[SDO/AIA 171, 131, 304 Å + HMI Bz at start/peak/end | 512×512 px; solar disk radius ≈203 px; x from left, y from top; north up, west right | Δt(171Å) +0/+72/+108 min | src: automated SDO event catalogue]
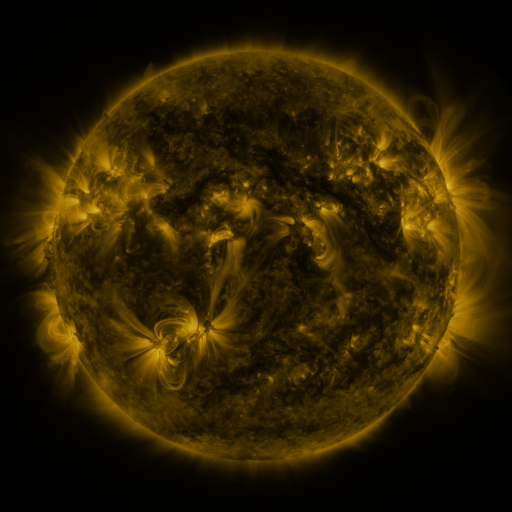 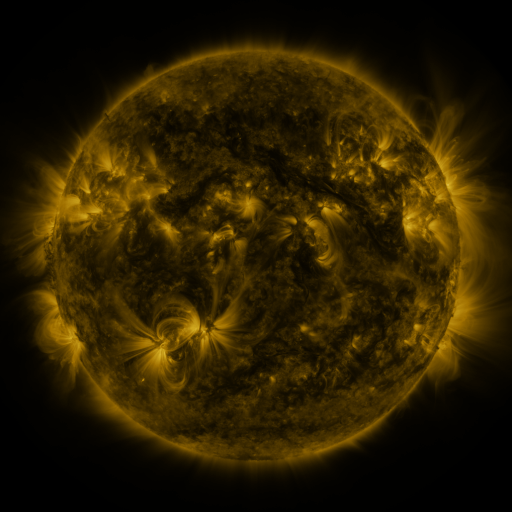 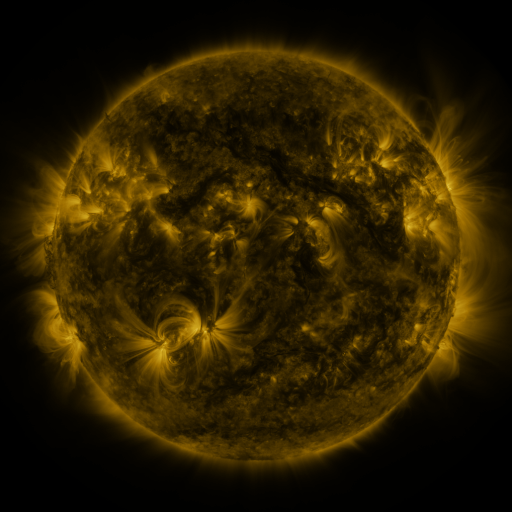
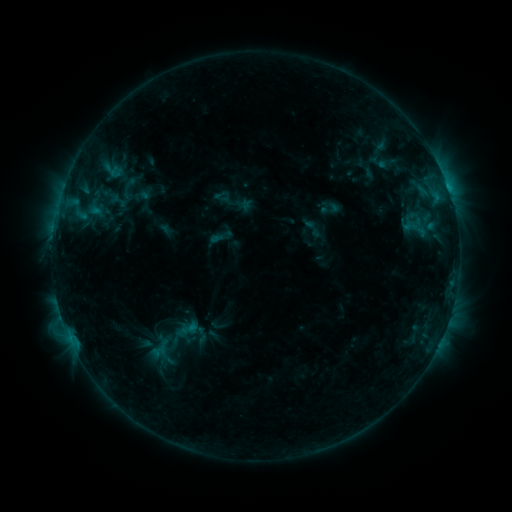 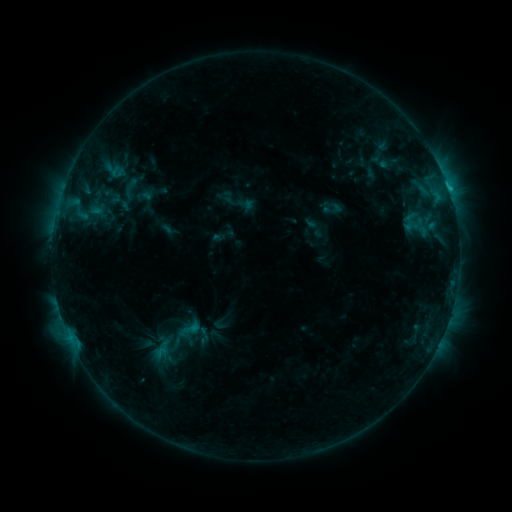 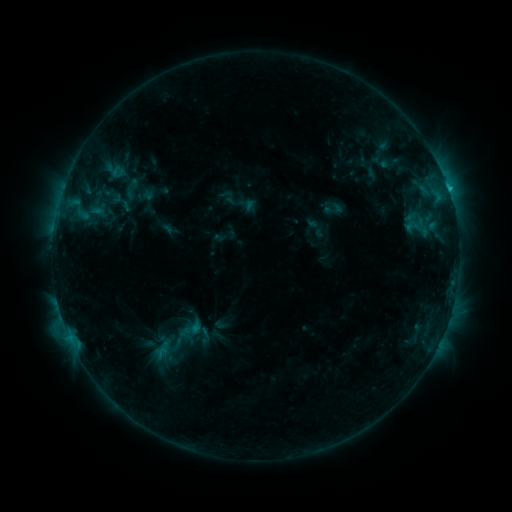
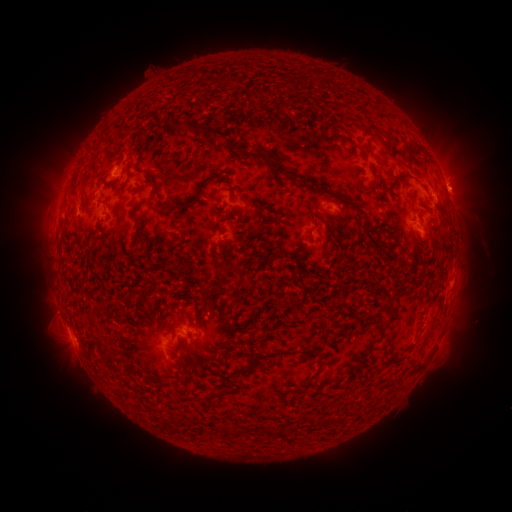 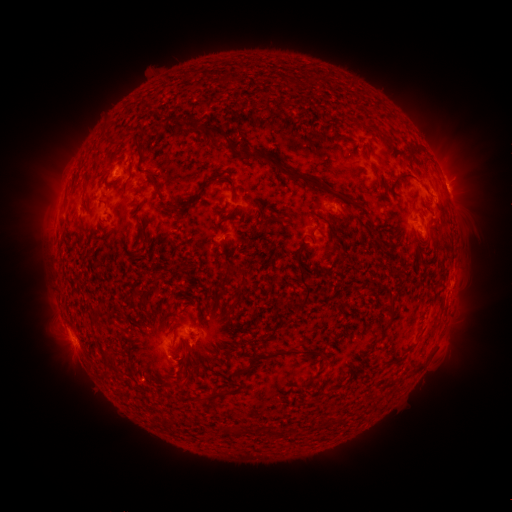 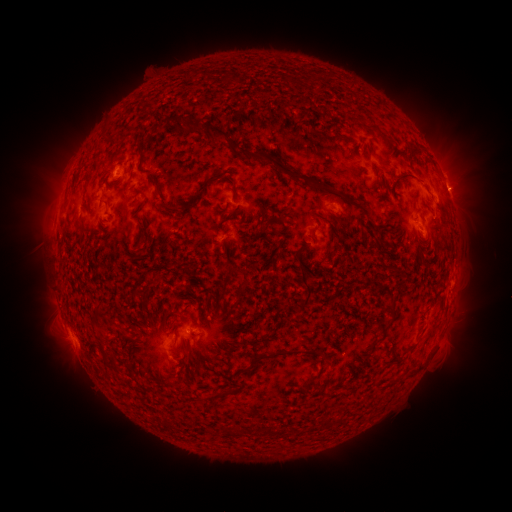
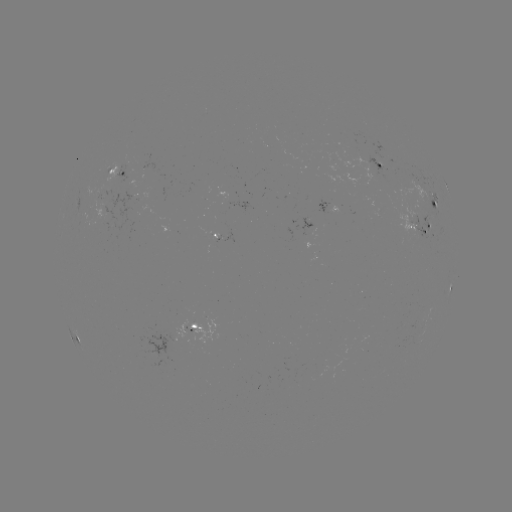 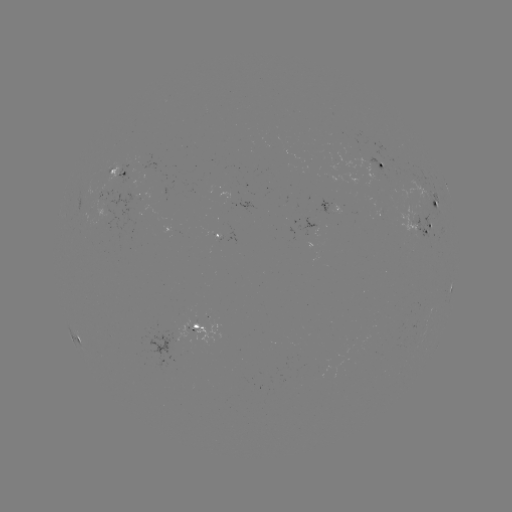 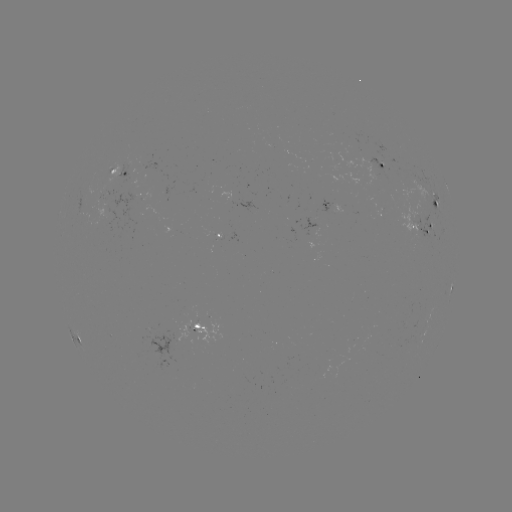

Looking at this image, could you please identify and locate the emerging-flux region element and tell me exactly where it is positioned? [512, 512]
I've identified emerging-flux region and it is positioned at [422, 219].